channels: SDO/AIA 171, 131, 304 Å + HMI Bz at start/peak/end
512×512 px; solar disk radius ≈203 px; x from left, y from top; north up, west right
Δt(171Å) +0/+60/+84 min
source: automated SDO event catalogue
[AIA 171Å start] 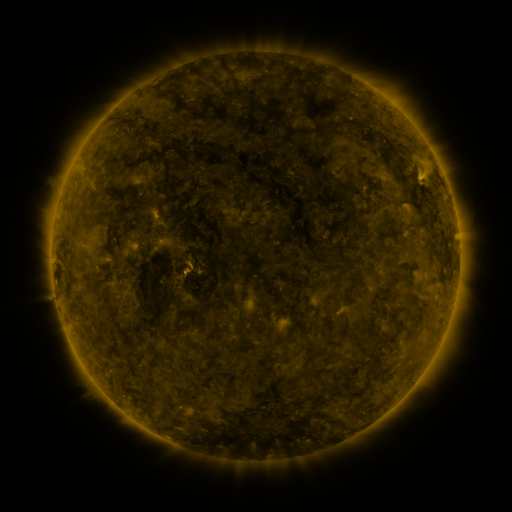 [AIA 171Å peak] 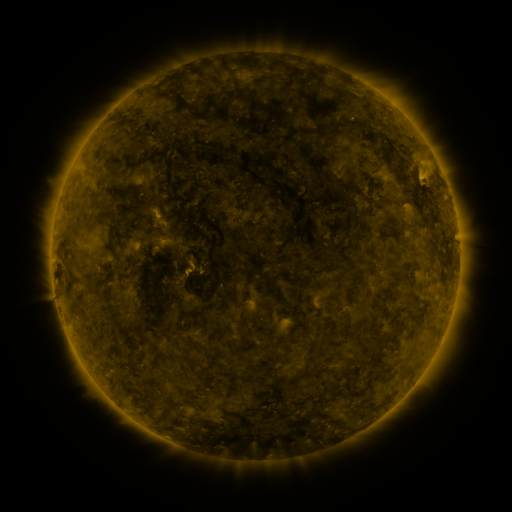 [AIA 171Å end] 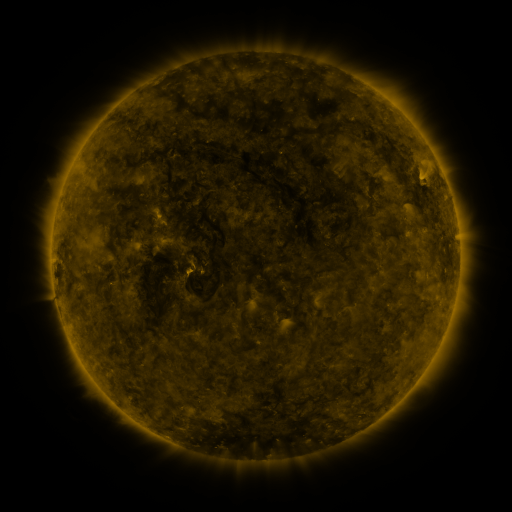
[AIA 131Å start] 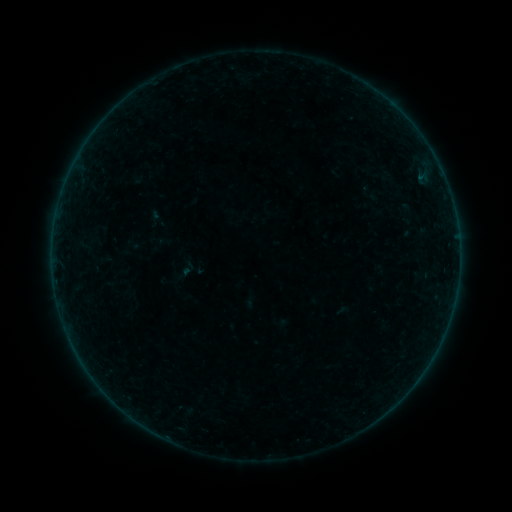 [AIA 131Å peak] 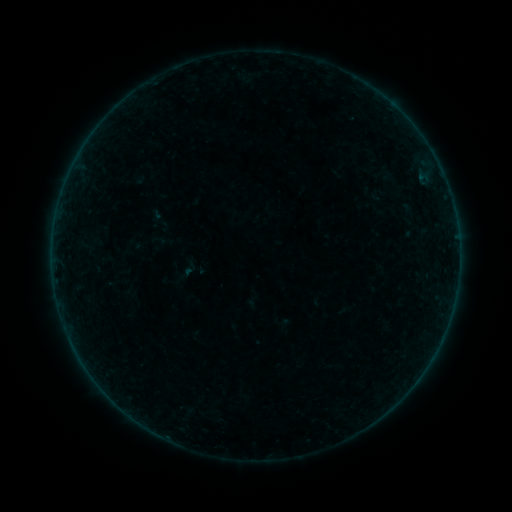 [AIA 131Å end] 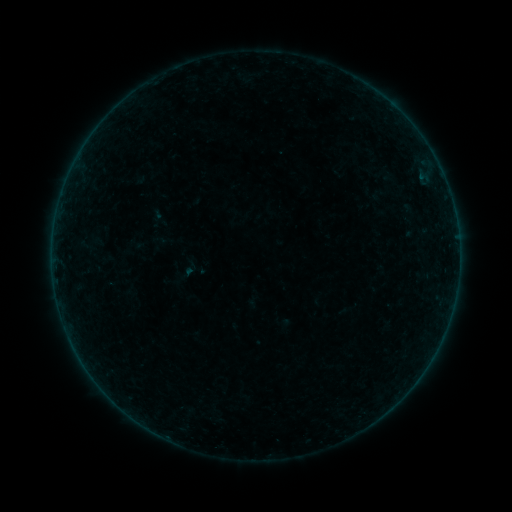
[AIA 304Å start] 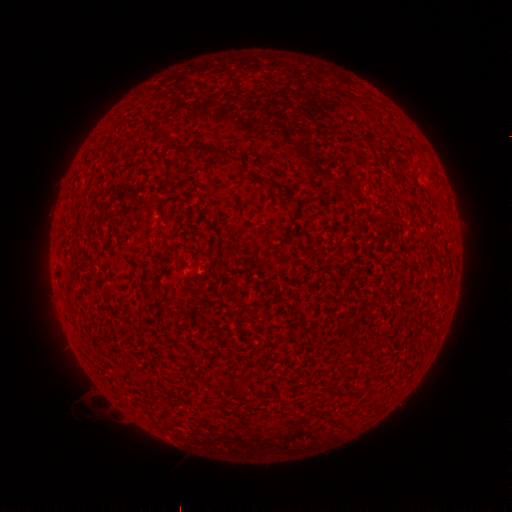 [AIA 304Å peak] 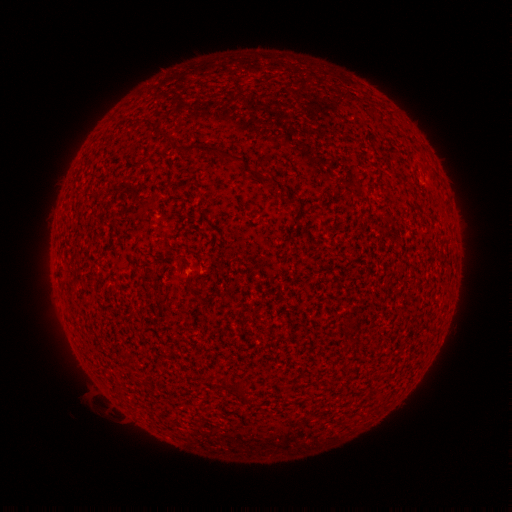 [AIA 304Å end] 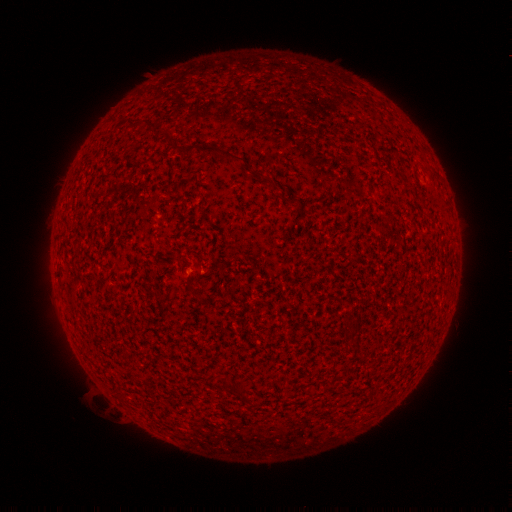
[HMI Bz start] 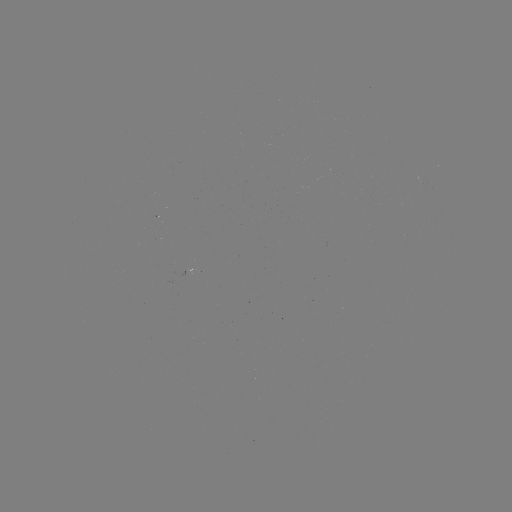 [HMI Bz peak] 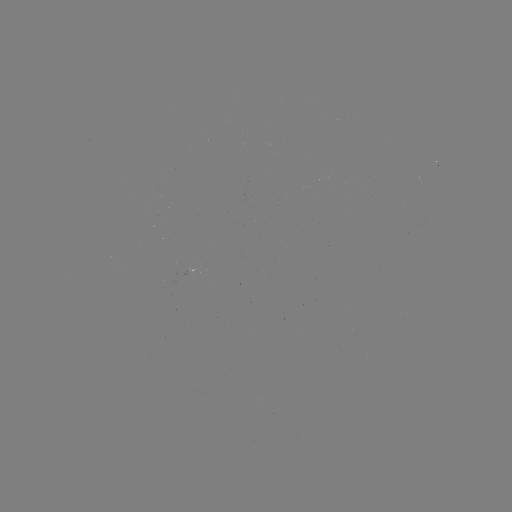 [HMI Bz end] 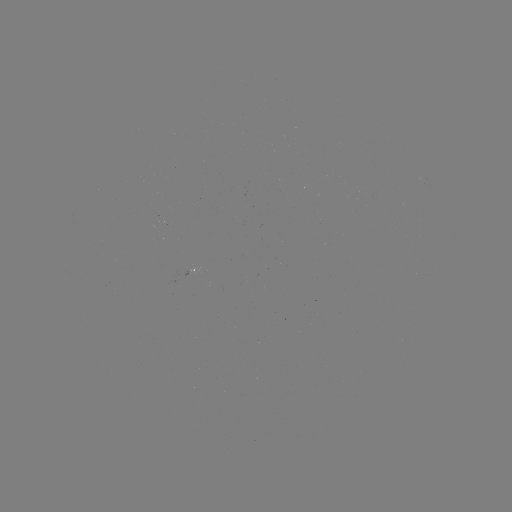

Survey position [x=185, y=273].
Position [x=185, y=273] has emerging-flux region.